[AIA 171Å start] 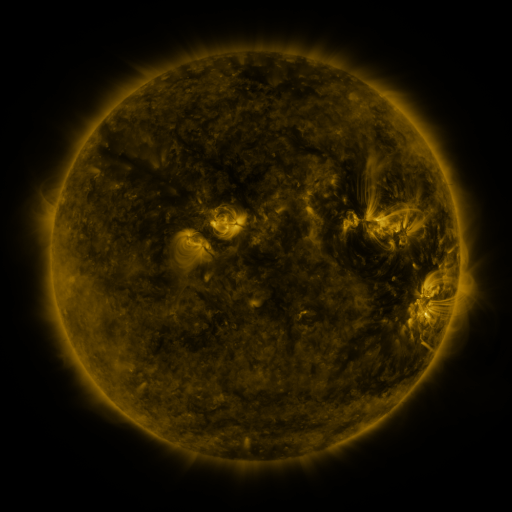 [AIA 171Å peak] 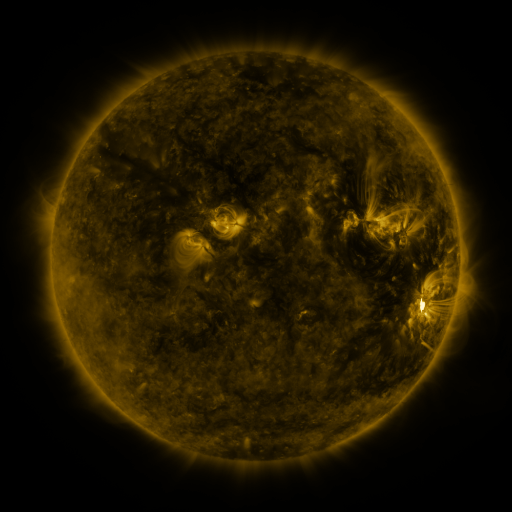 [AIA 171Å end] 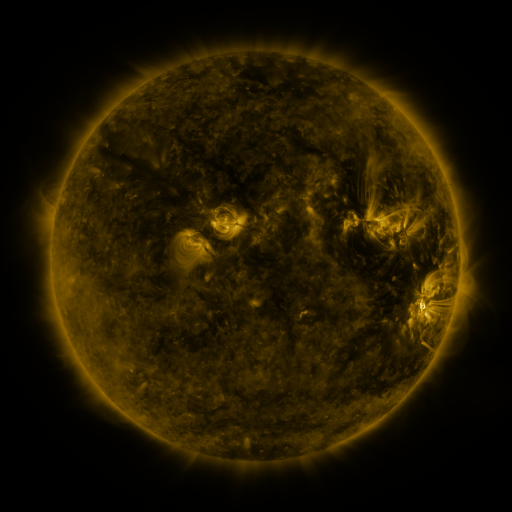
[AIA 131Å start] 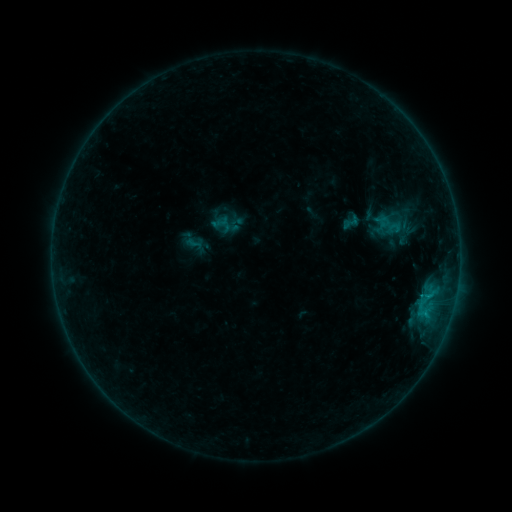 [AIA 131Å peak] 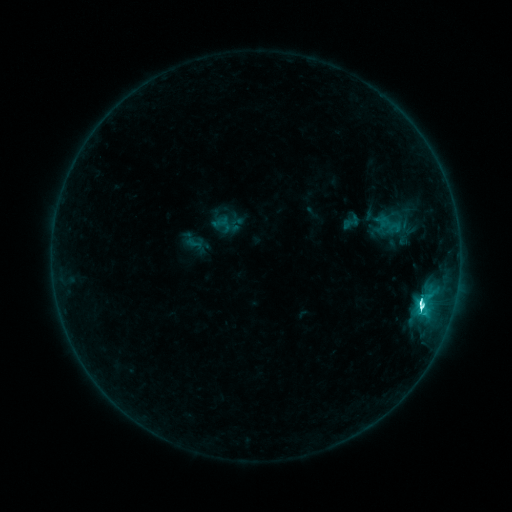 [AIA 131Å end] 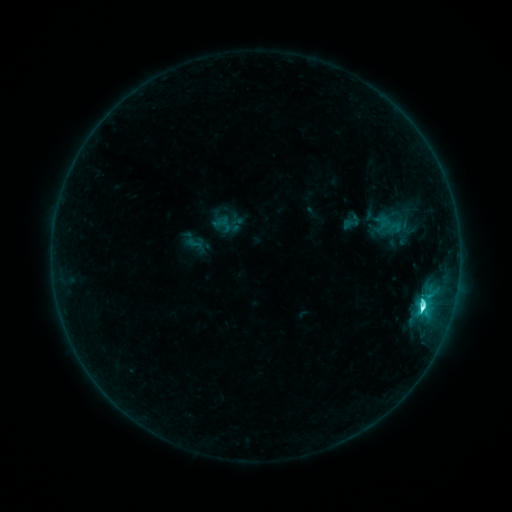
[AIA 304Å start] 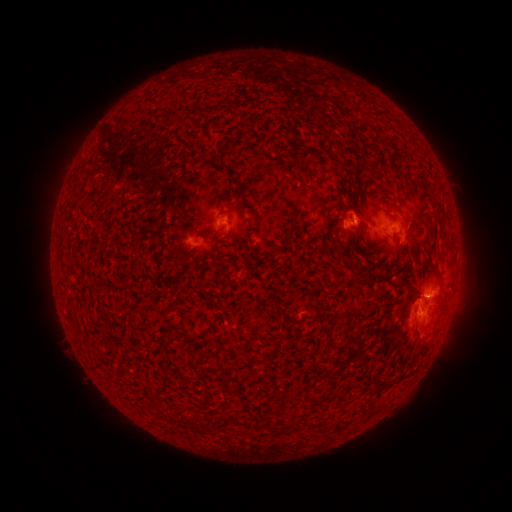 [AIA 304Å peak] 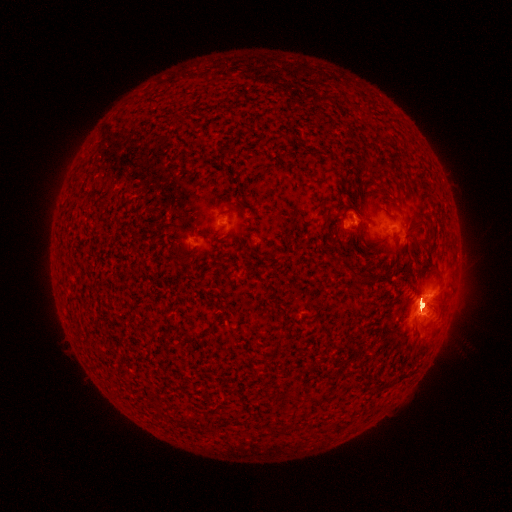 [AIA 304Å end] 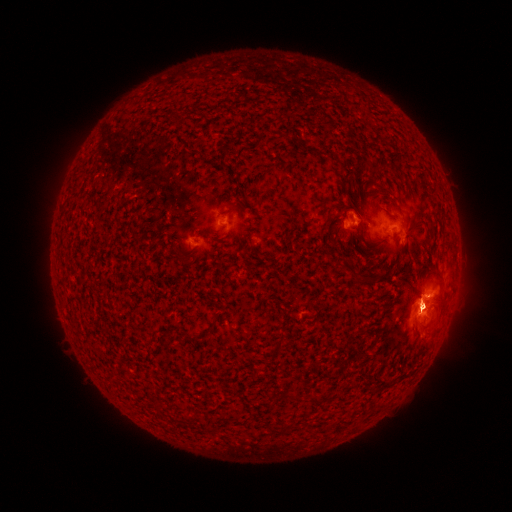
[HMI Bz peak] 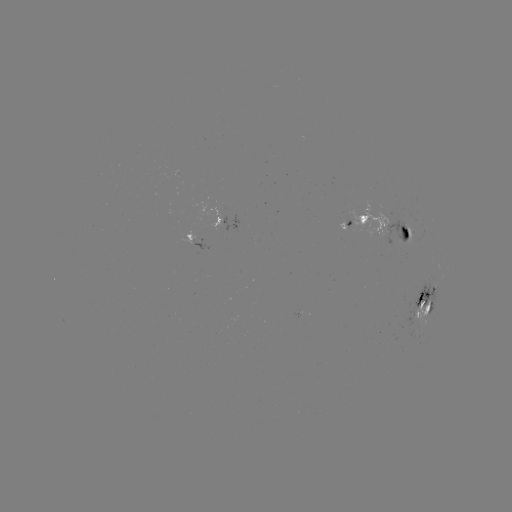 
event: flare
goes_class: M1.3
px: (420, 302)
